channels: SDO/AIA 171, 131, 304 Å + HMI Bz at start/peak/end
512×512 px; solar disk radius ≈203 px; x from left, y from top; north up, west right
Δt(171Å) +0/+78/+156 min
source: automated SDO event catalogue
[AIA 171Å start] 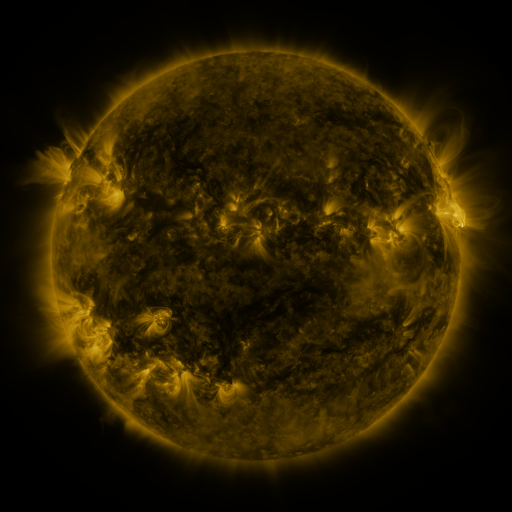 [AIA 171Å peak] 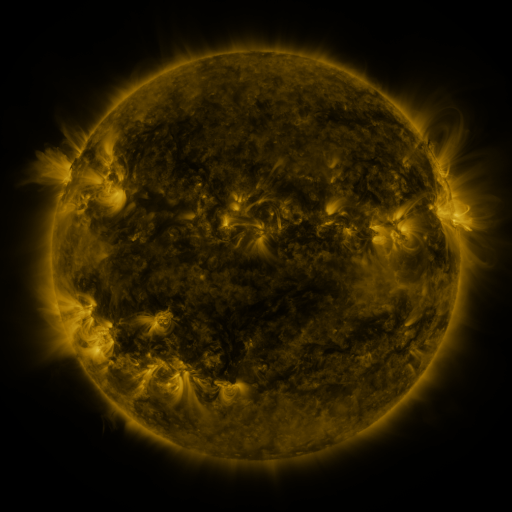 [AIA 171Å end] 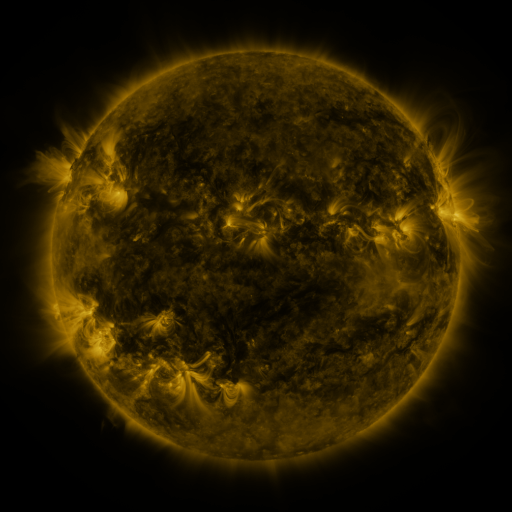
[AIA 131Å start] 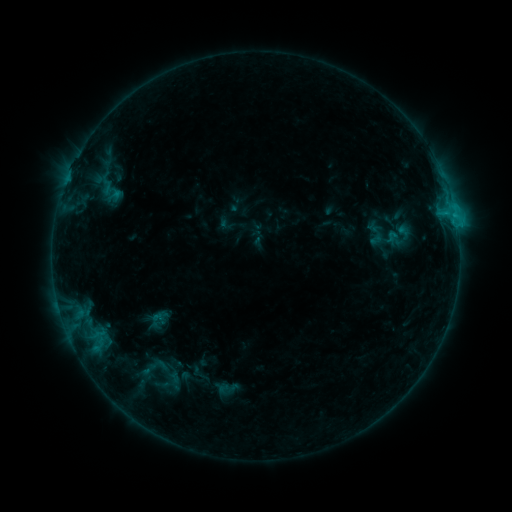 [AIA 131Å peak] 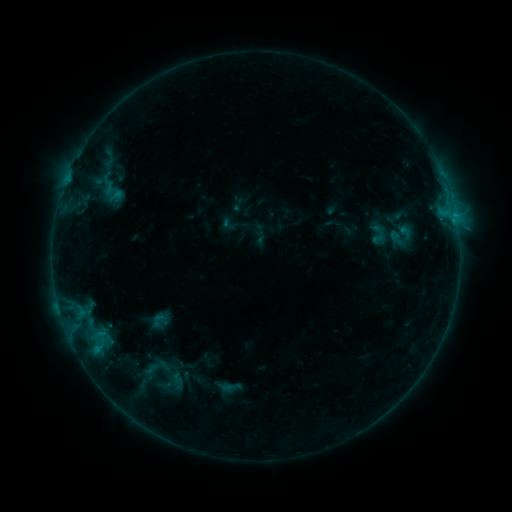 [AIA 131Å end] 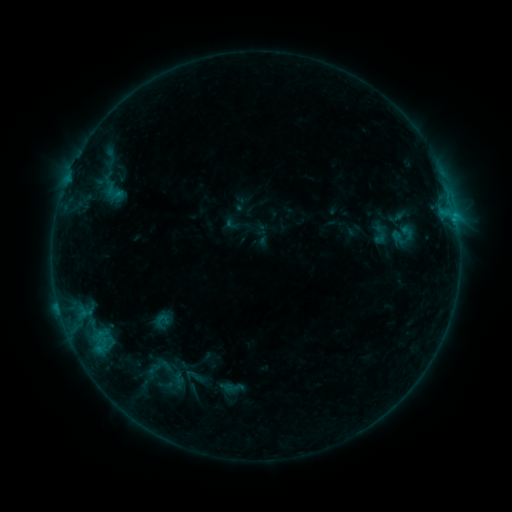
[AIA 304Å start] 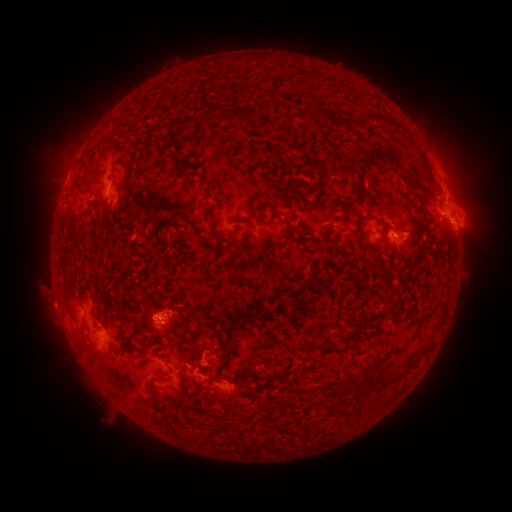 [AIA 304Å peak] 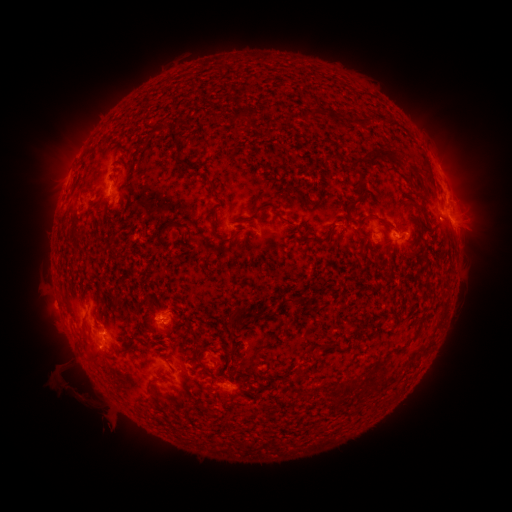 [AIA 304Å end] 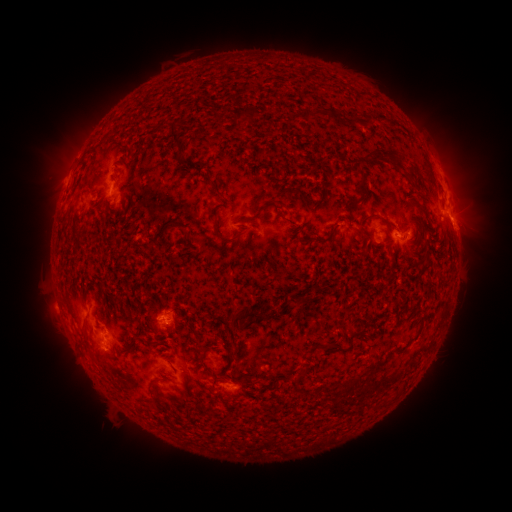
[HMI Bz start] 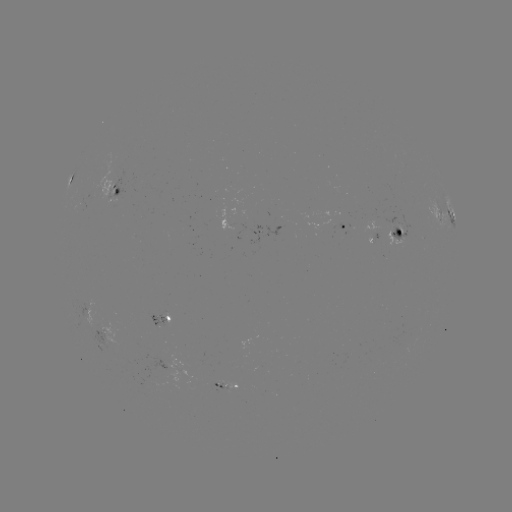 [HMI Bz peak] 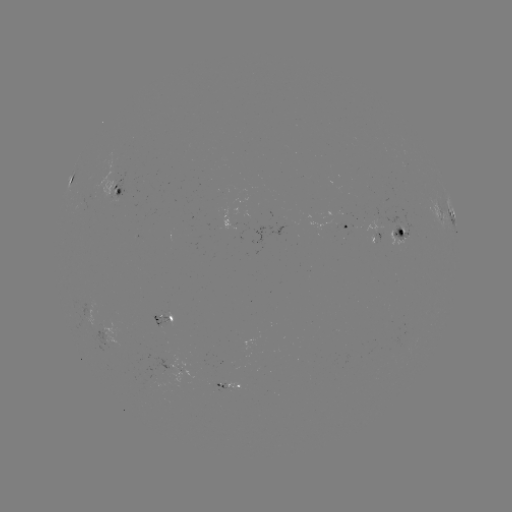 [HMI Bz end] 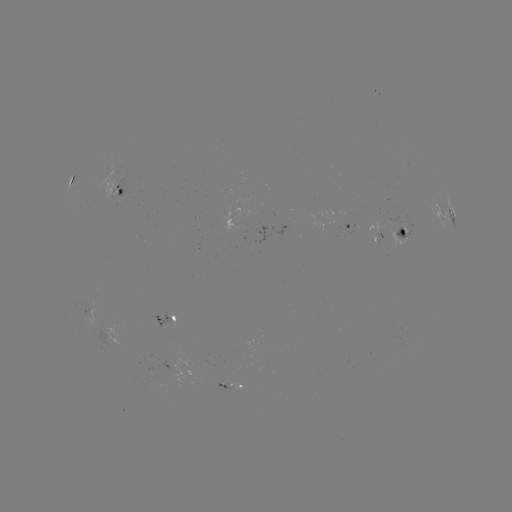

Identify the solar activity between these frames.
filament eruption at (82, 397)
